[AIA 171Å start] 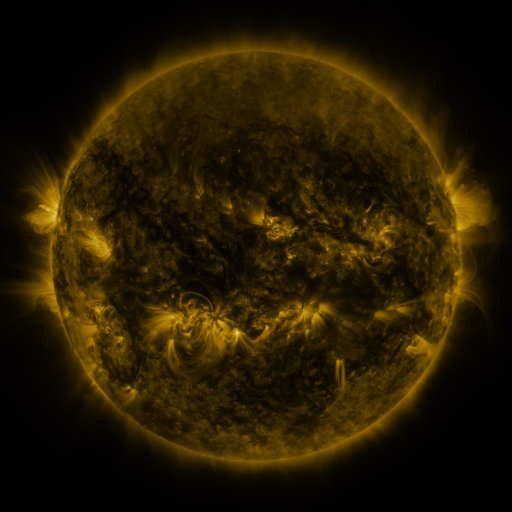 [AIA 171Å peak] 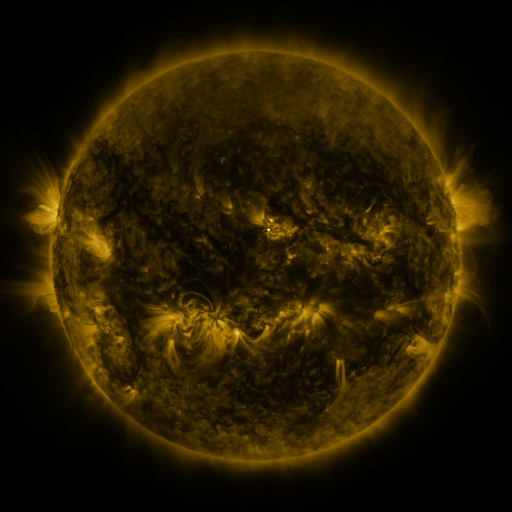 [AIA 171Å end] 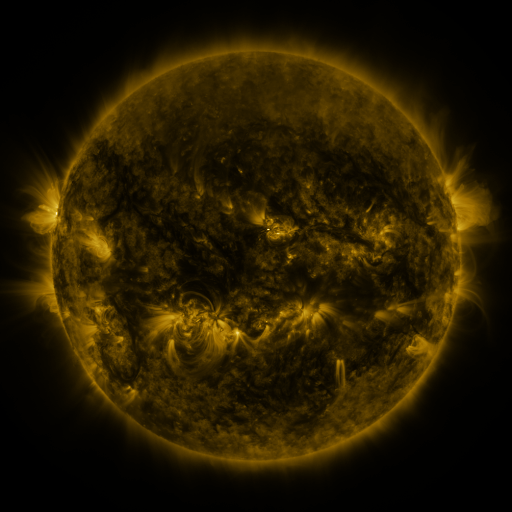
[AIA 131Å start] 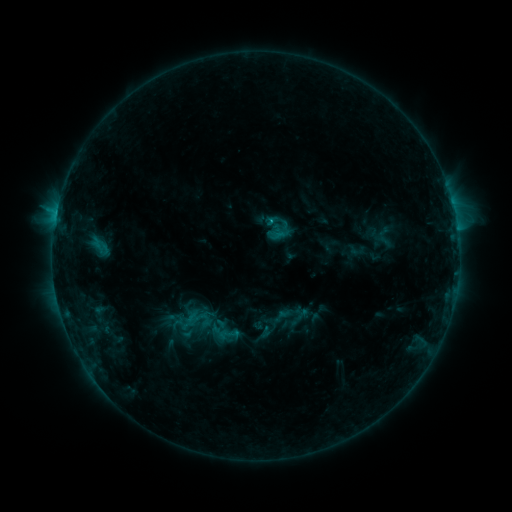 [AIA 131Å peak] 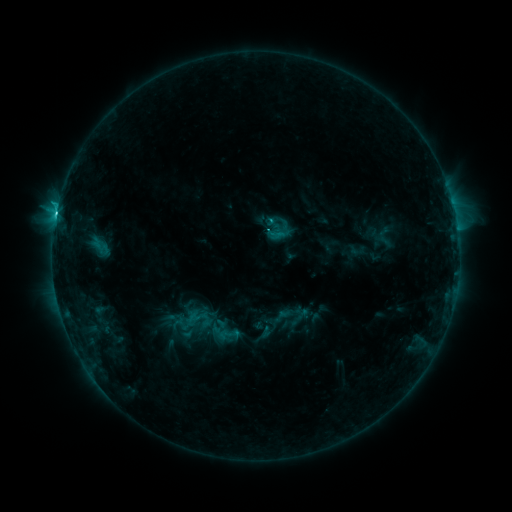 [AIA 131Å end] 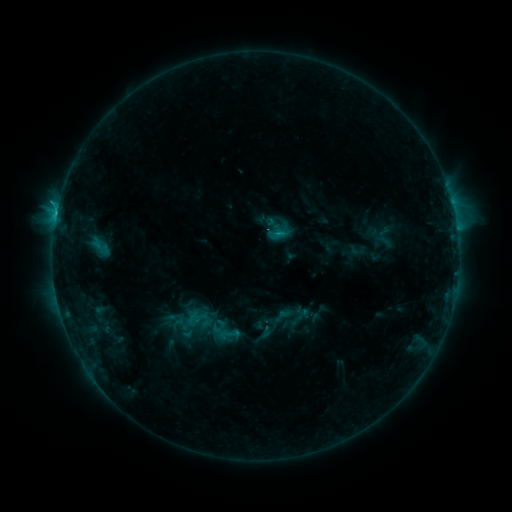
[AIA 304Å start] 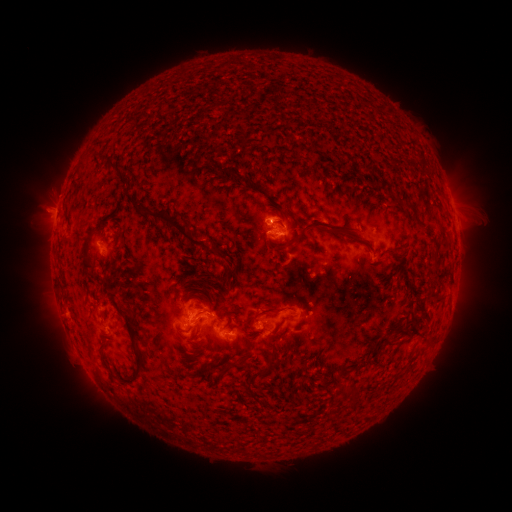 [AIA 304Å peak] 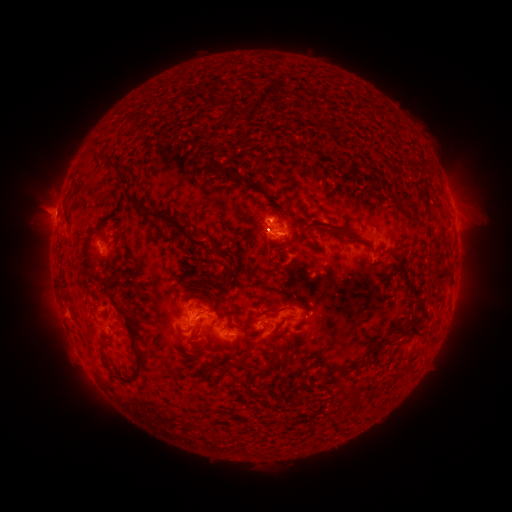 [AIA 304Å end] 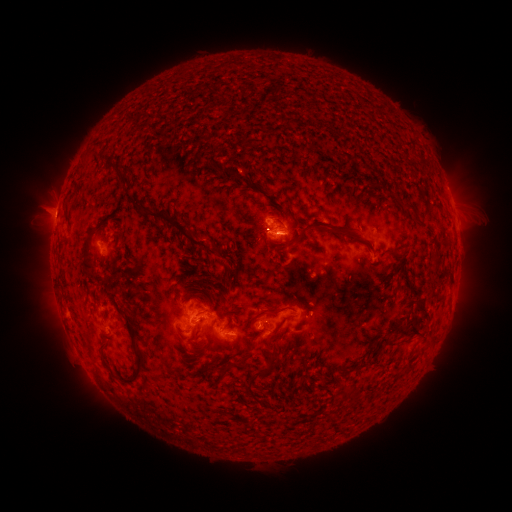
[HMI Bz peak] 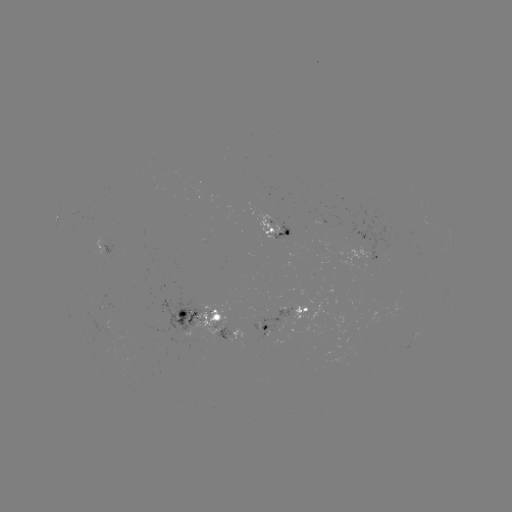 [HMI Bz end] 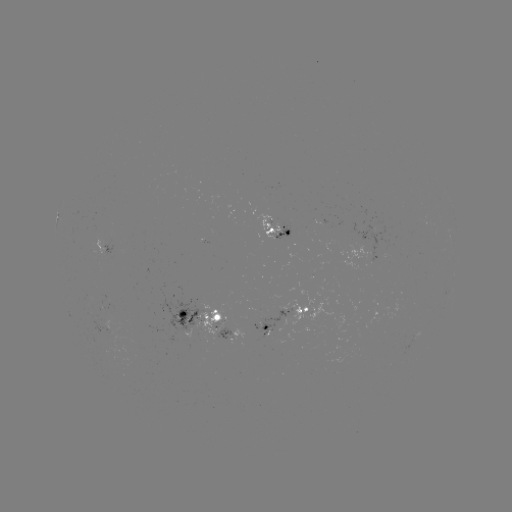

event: flare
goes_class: C2.5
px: (56, 218)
